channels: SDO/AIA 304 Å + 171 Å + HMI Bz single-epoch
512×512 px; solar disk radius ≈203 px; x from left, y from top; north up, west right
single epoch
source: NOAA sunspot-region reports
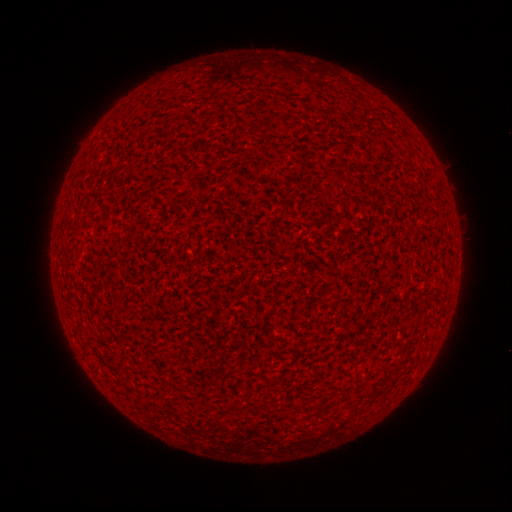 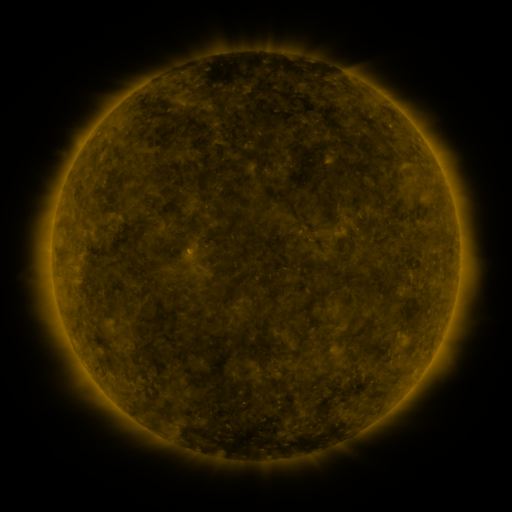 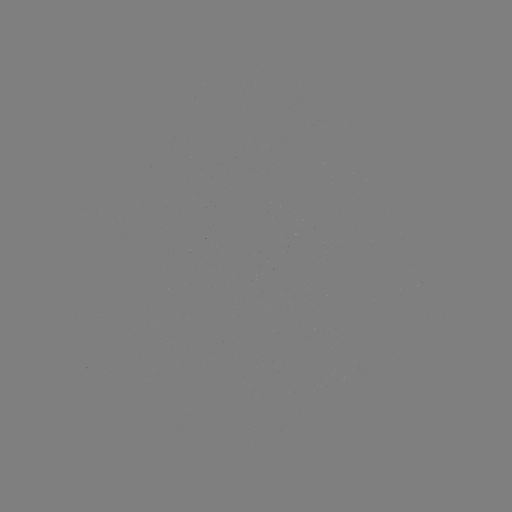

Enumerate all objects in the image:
(none)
